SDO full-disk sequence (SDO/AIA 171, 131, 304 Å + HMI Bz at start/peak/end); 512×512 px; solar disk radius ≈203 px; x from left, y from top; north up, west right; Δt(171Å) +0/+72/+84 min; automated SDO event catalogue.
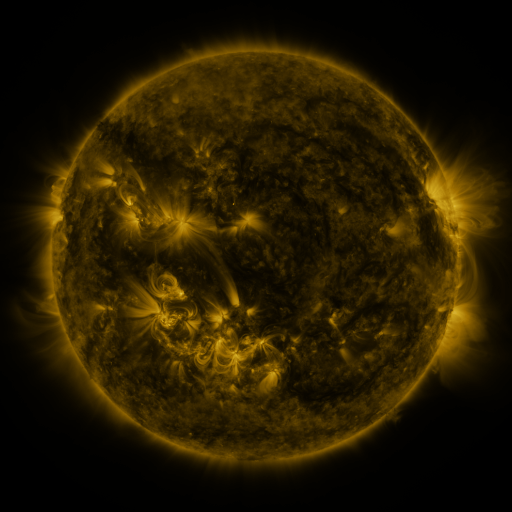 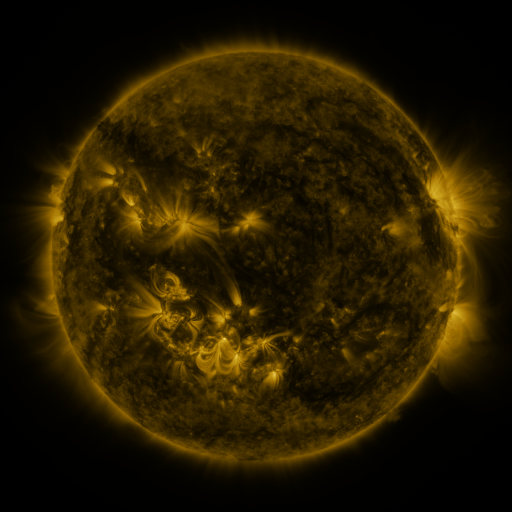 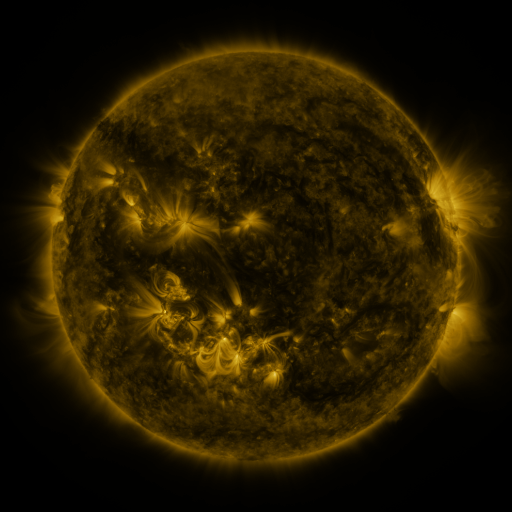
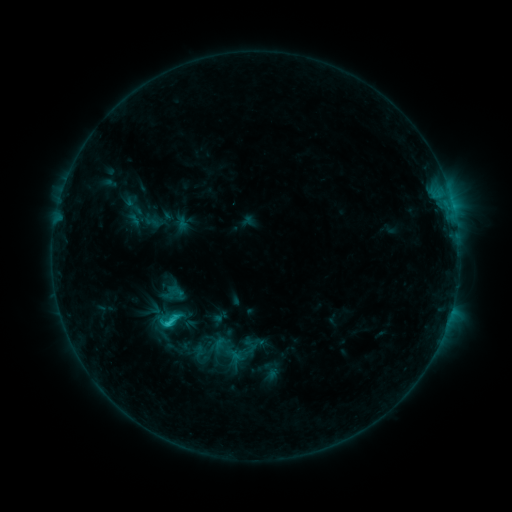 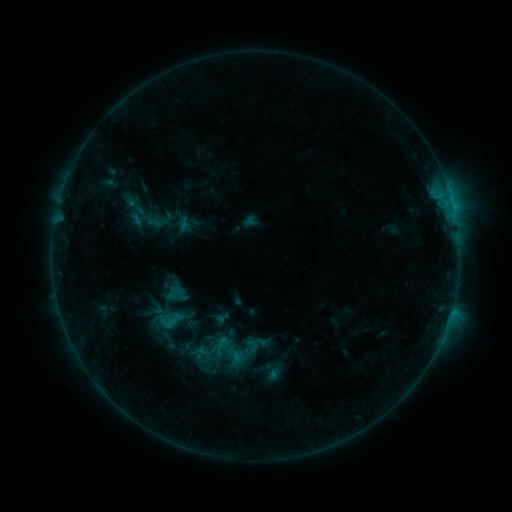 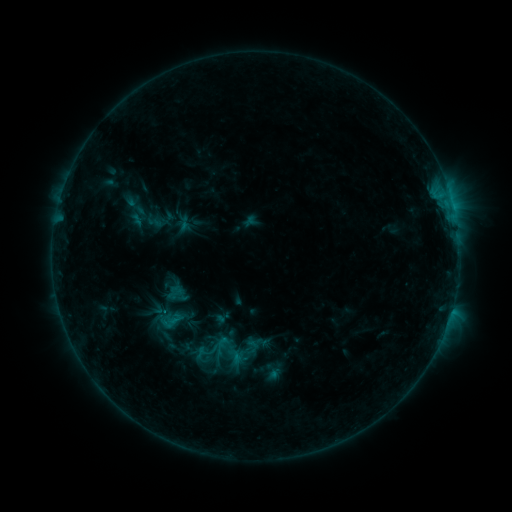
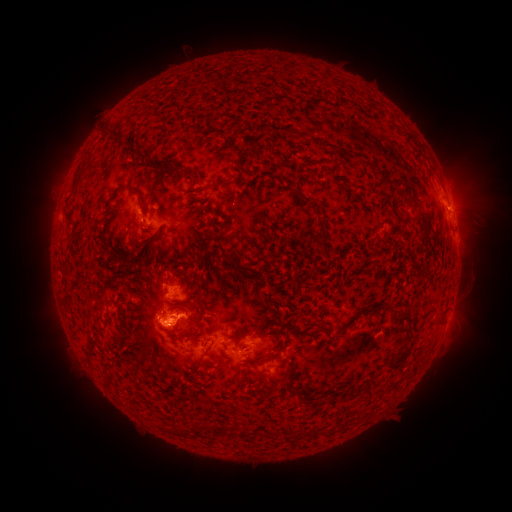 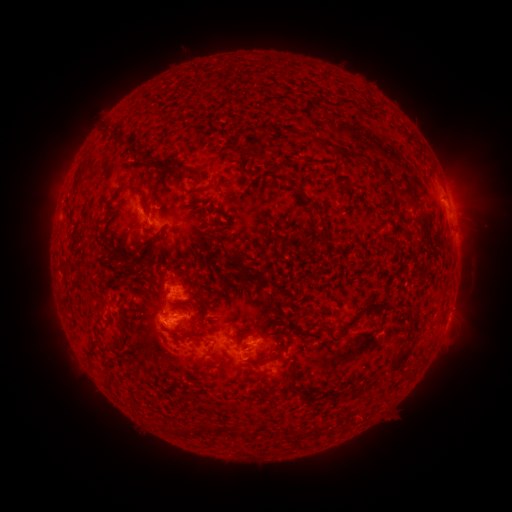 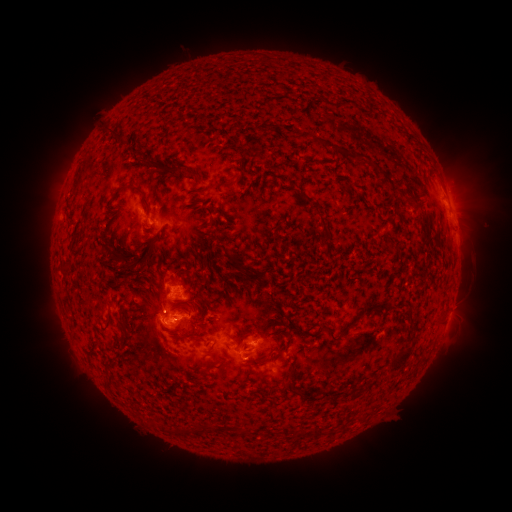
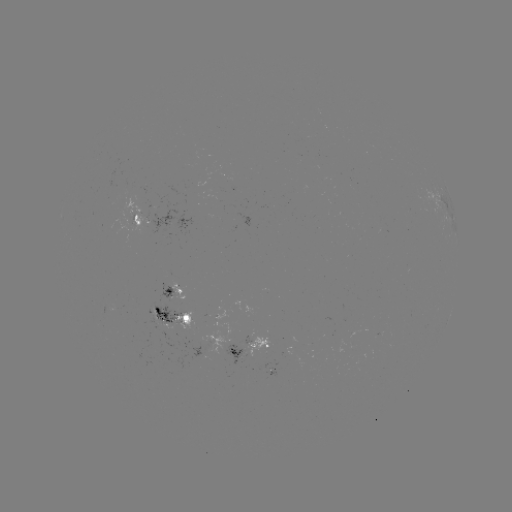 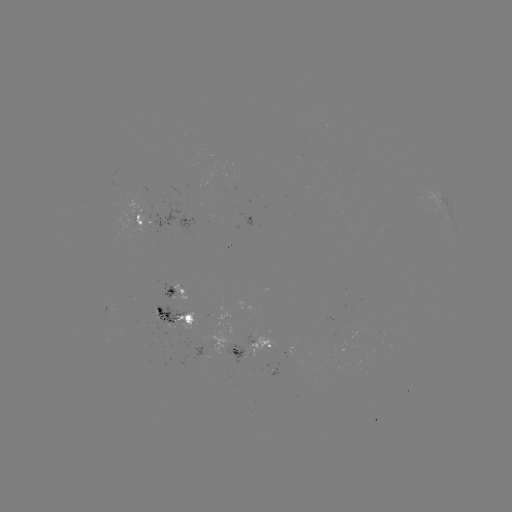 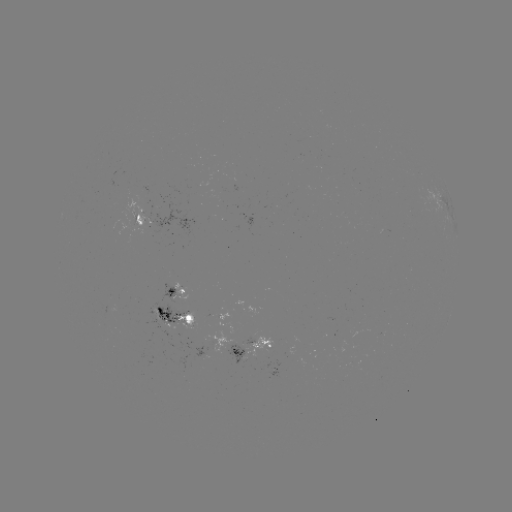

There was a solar emerging-flux region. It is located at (241, 350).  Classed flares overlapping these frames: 1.